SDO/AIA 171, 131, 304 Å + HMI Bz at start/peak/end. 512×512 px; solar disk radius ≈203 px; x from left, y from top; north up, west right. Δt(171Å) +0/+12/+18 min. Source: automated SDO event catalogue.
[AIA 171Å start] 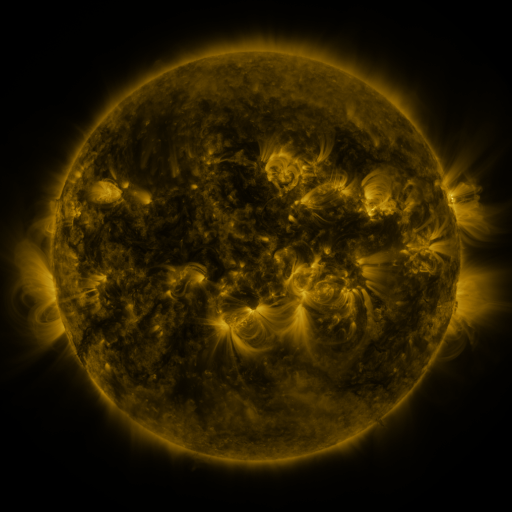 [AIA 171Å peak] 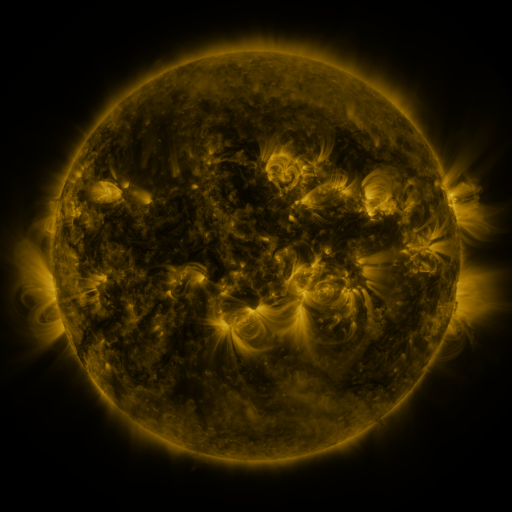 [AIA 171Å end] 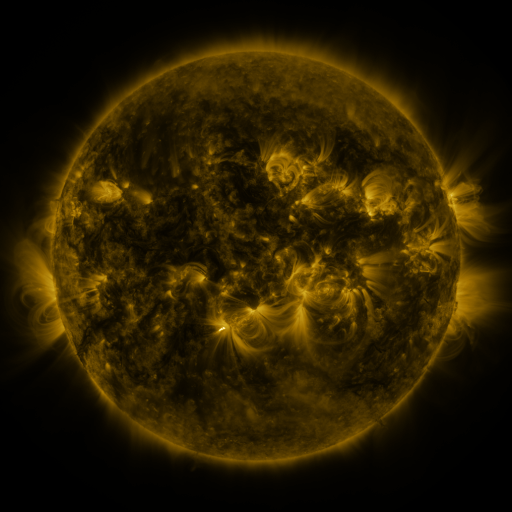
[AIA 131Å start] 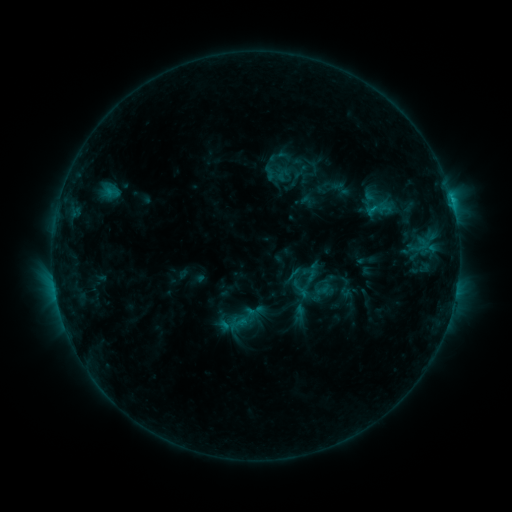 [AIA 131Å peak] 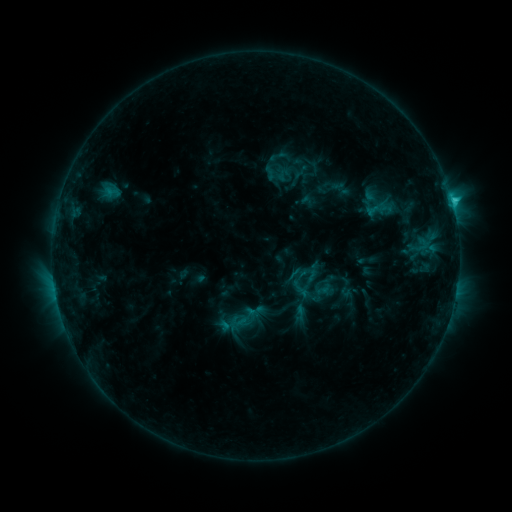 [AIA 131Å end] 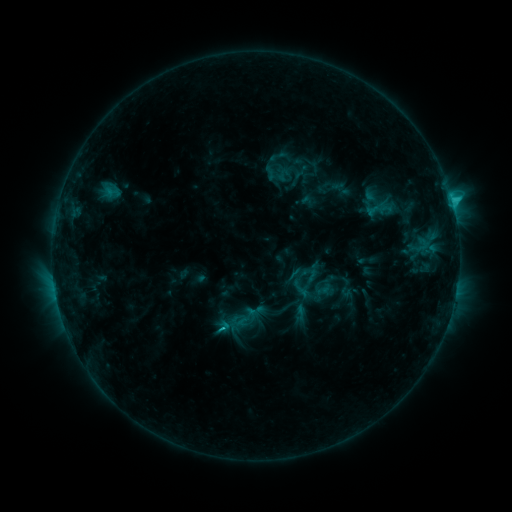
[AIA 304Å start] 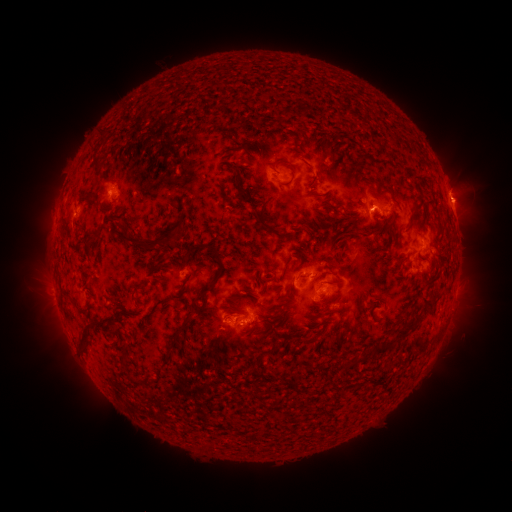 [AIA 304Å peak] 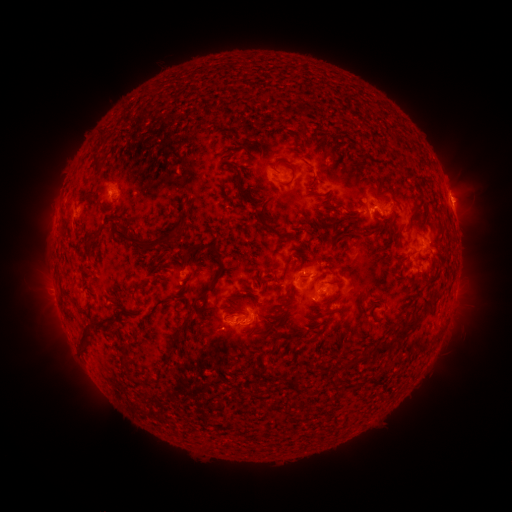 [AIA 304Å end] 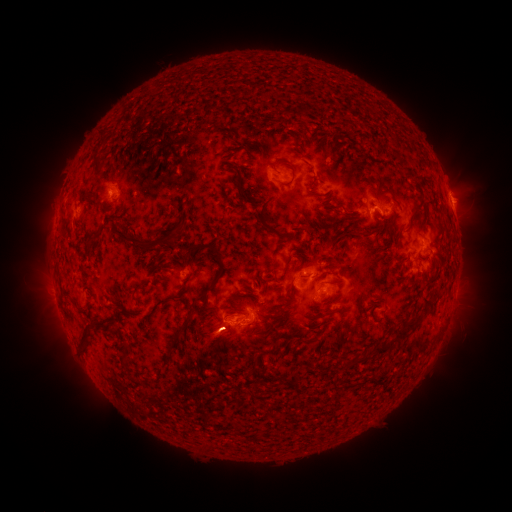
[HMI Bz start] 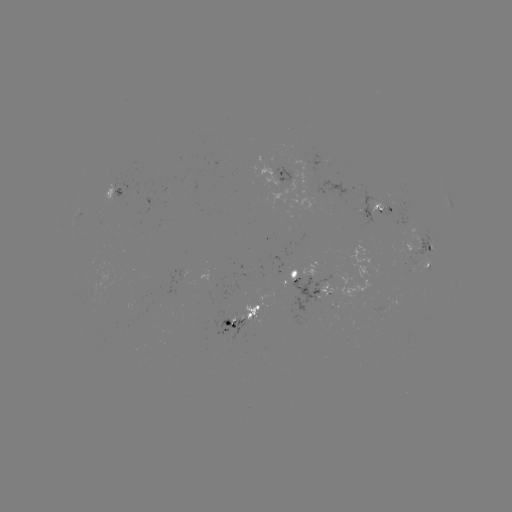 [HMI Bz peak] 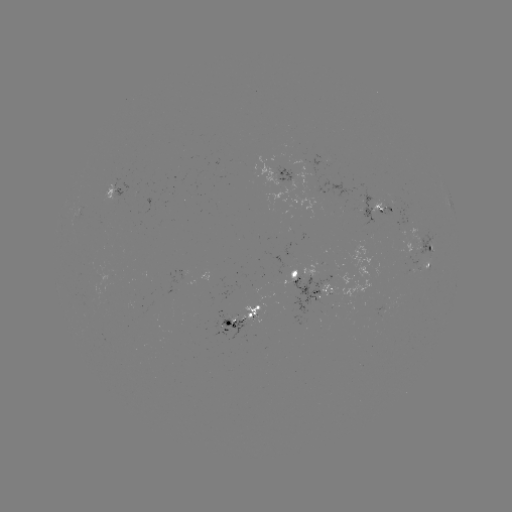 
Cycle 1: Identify C1.9 flare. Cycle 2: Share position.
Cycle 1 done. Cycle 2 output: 451,202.